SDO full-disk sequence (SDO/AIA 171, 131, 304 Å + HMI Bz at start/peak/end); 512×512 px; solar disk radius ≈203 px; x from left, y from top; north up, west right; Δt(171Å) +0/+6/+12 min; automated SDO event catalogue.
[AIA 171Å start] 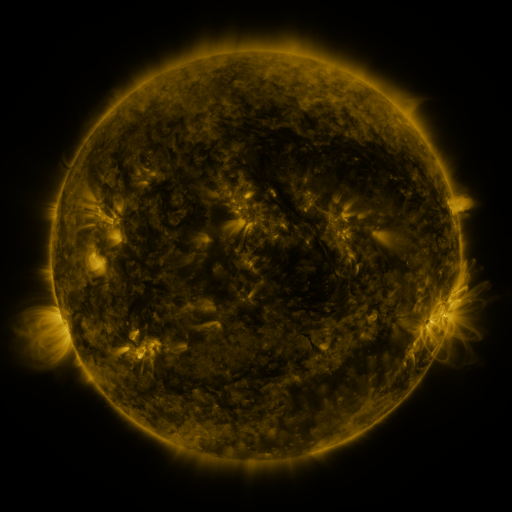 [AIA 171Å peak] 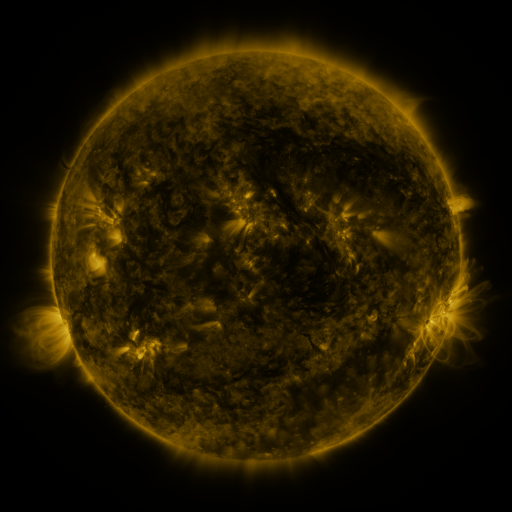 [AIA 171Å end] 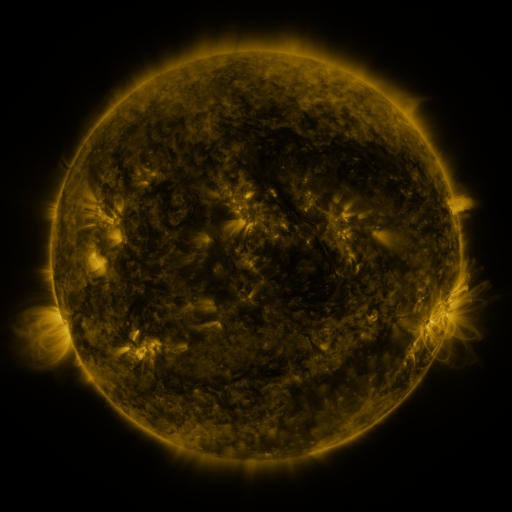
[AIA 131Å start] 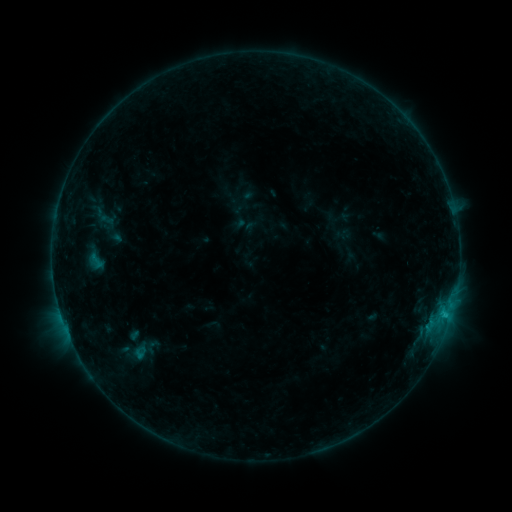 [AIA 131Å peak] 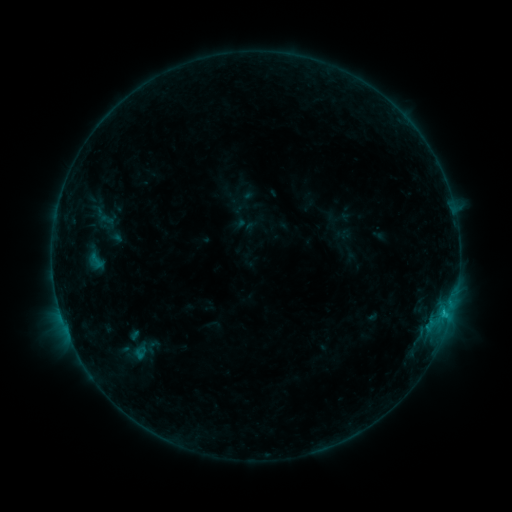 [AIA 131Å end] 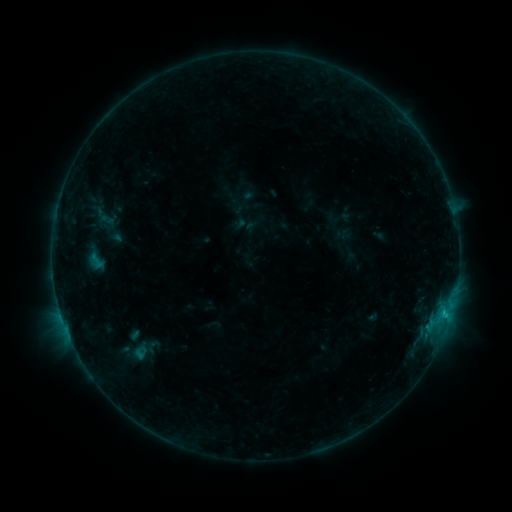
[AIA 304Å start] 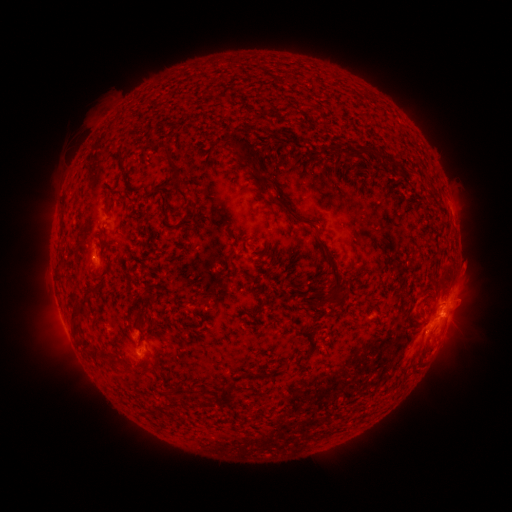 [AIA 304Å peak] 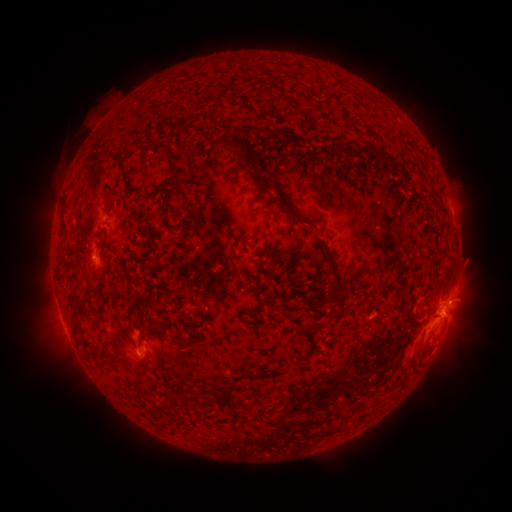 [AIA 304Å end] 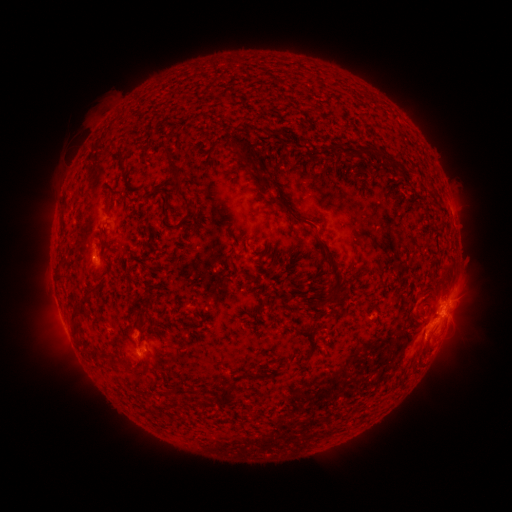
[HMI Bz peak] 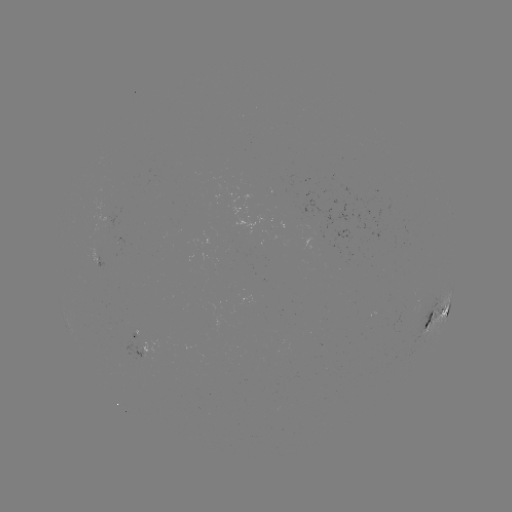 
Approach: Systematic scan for C1.2 flare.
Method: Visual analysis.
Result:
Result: C1.2 flare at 444,311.